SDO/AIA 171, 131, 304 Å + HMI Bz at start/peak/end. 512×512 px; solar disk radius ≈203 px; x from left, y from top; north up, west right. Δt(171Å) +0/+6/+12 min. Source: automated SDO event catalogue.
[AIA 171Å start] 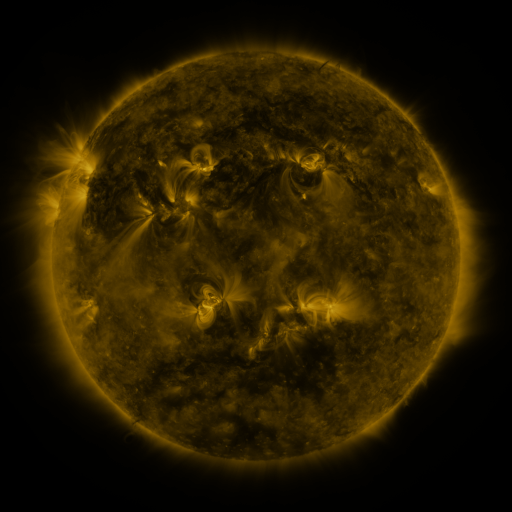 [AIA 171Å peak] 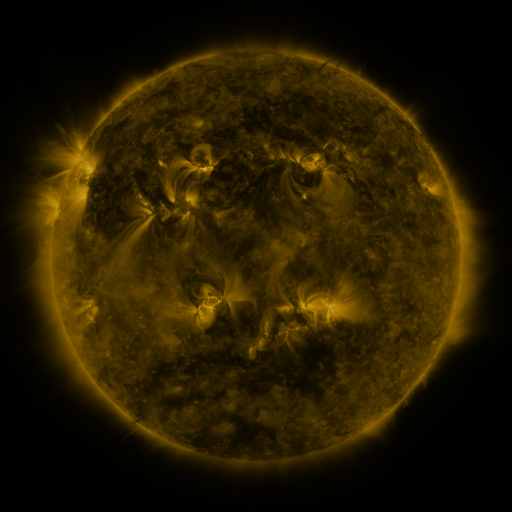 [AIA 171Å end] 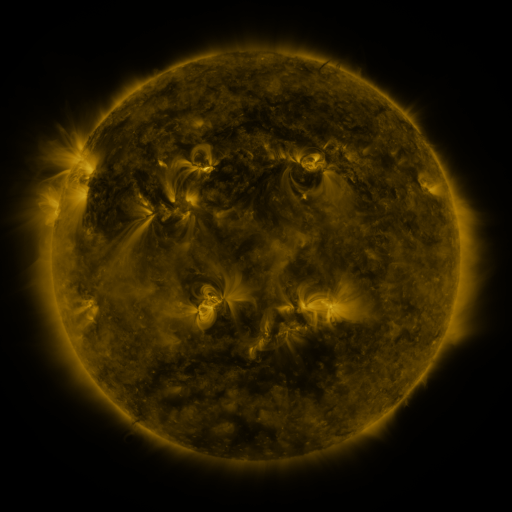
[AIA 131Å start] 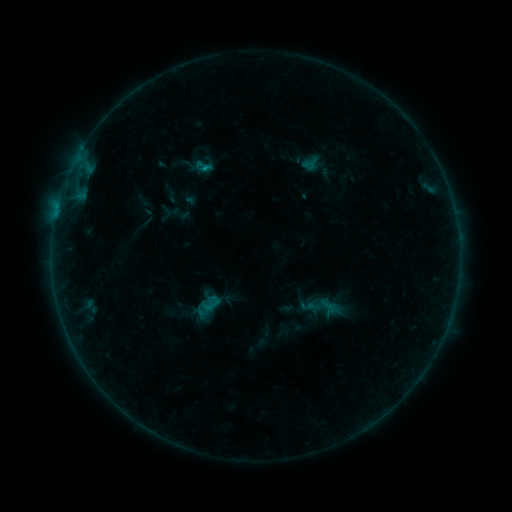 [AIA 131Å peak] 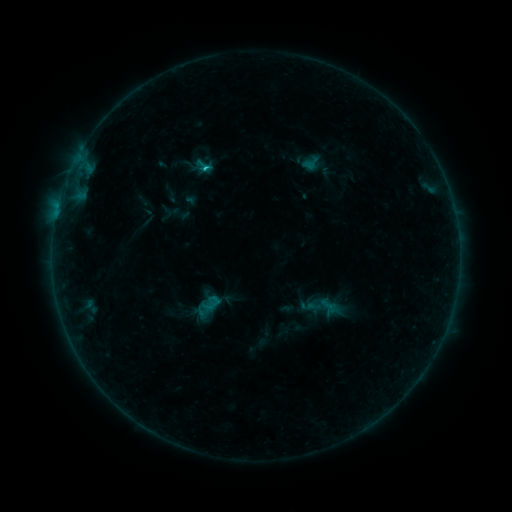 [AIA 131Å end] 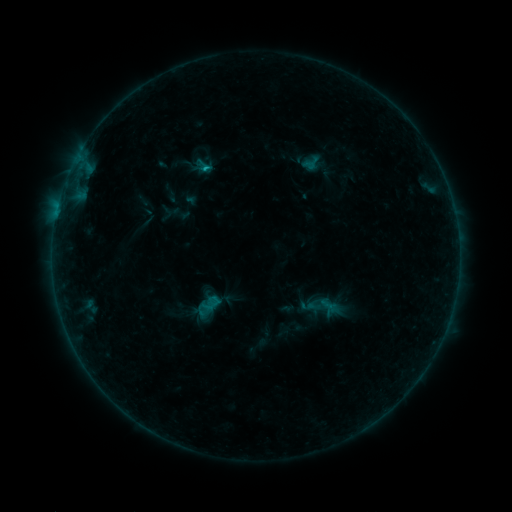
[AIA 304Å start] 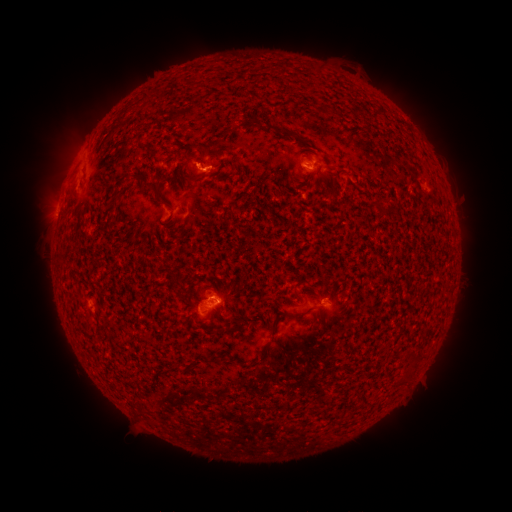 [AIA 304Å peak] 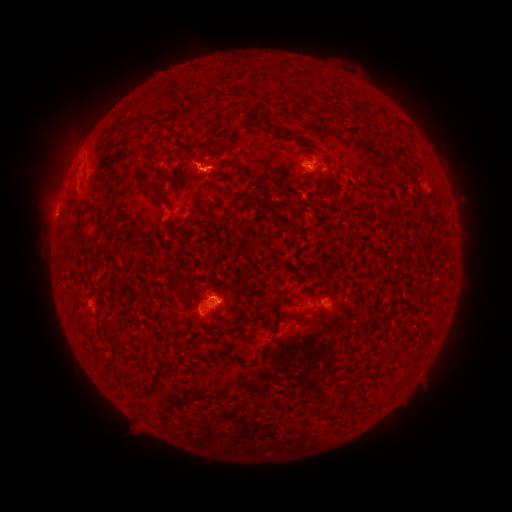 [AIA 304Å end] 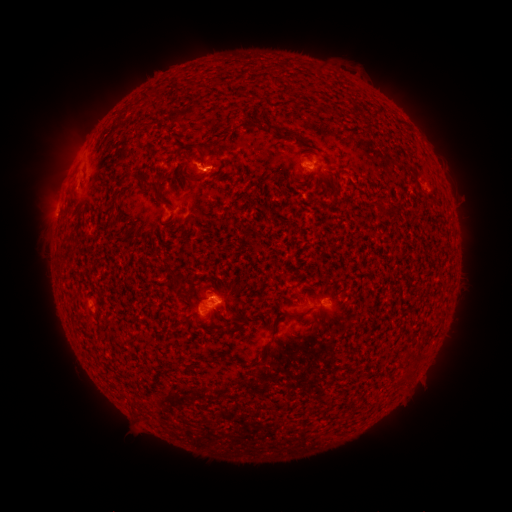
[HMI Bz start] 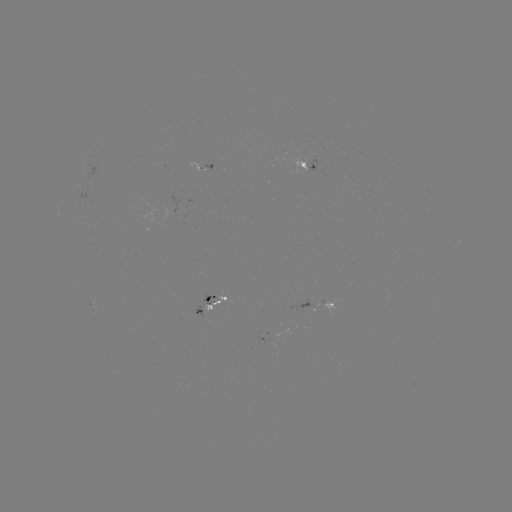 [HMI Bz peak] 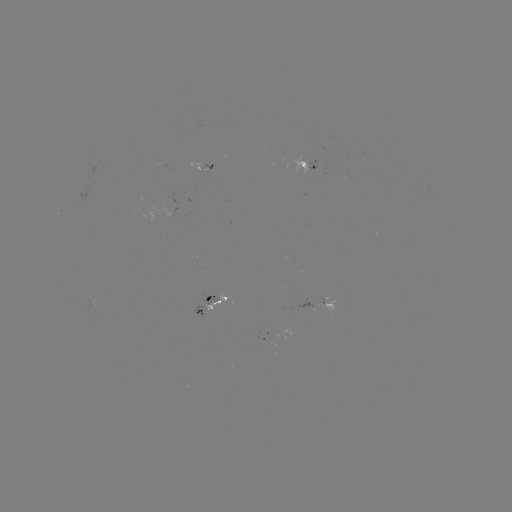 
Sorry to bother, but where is B8.5 flare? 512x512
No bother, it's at [209, 171].